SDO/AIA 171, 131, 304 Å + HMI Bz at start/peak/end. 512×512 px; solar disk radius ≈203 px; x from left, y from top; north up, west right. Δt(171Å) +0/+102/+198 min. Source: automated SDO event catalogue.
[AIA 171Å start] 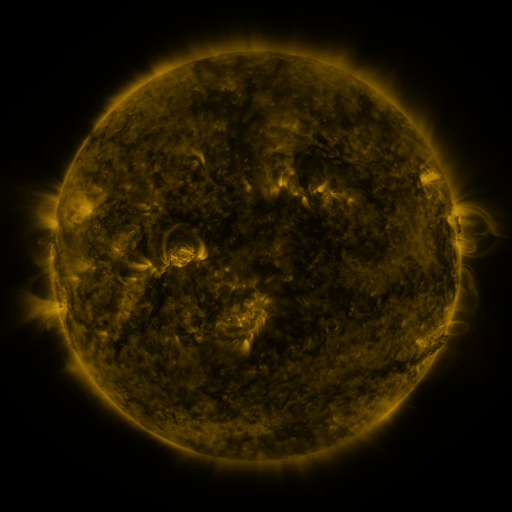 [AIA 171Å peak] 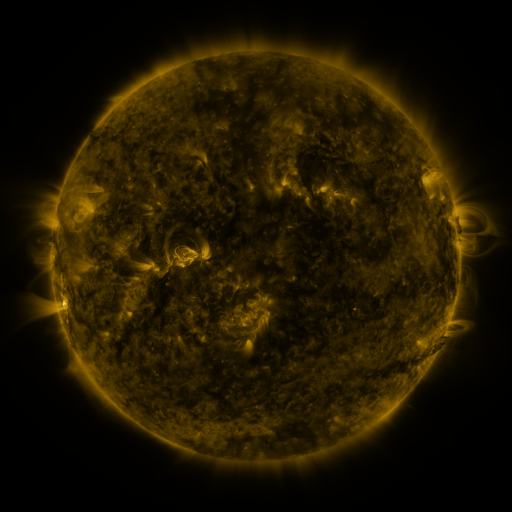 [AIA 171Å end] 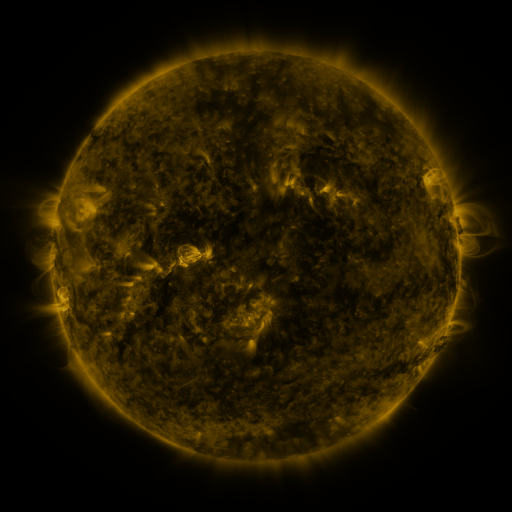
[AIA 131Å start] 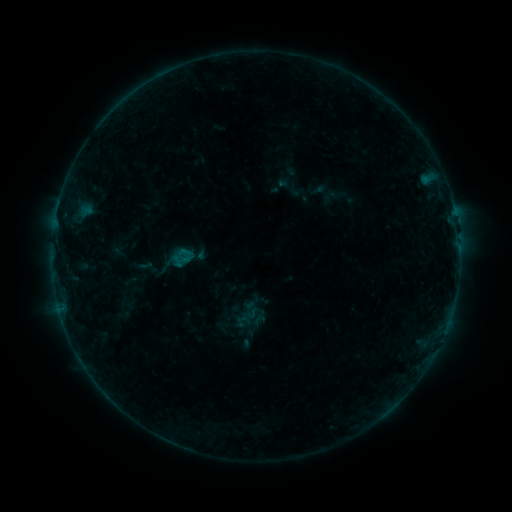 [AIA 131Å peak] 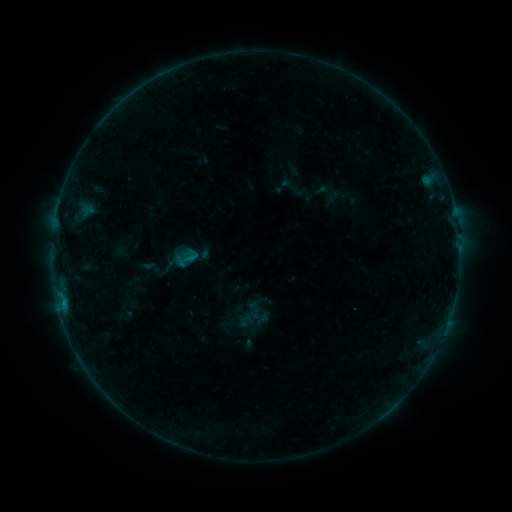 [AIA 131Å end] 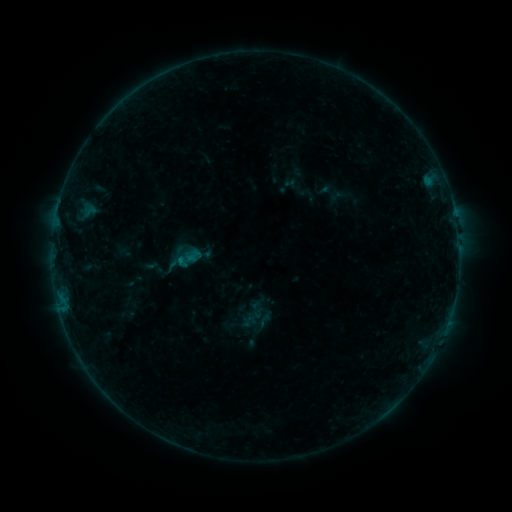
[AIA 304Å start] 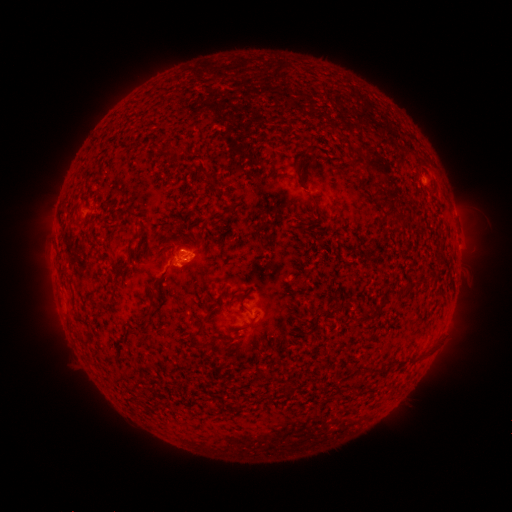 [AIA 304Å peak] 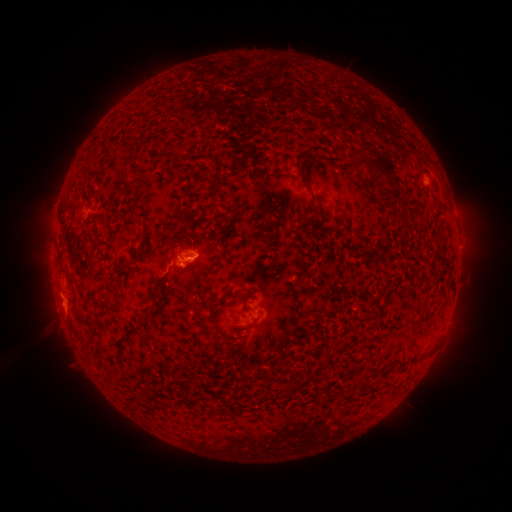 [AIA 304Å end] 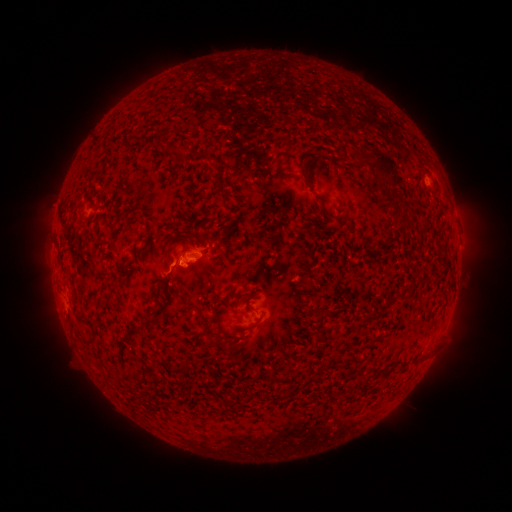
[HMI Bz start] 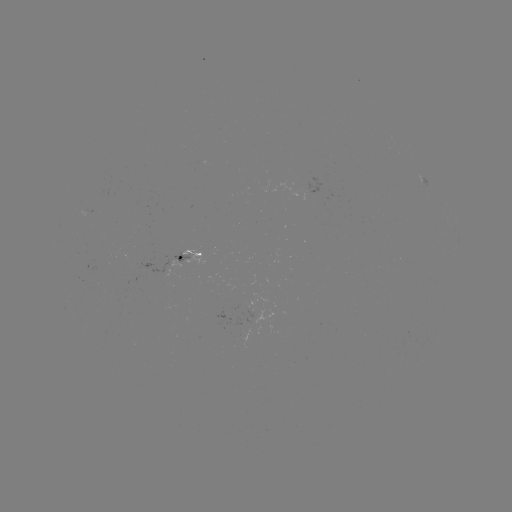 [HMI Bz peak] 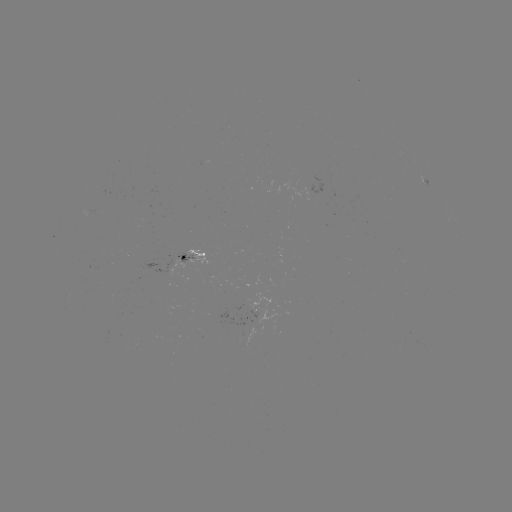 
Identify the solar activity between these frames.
filament eruption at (49, 311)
